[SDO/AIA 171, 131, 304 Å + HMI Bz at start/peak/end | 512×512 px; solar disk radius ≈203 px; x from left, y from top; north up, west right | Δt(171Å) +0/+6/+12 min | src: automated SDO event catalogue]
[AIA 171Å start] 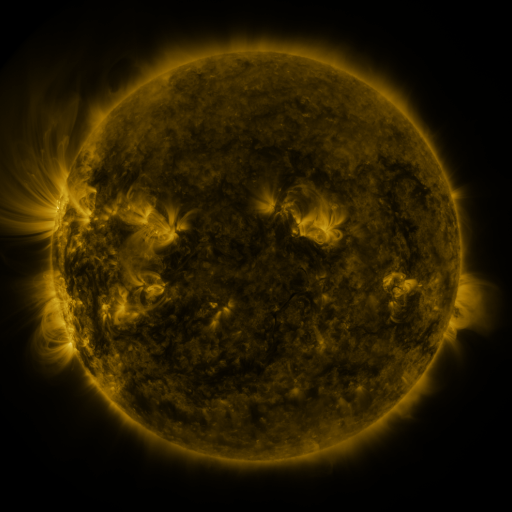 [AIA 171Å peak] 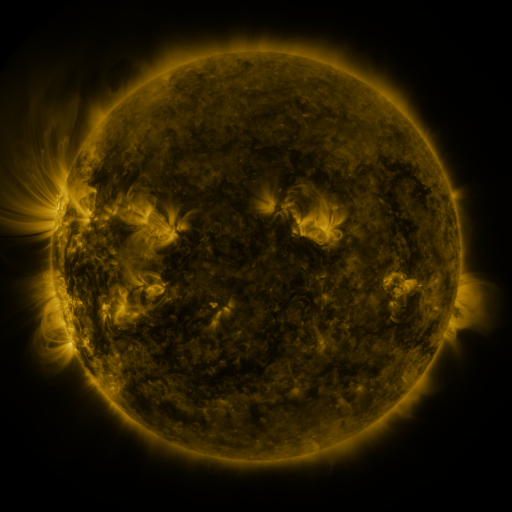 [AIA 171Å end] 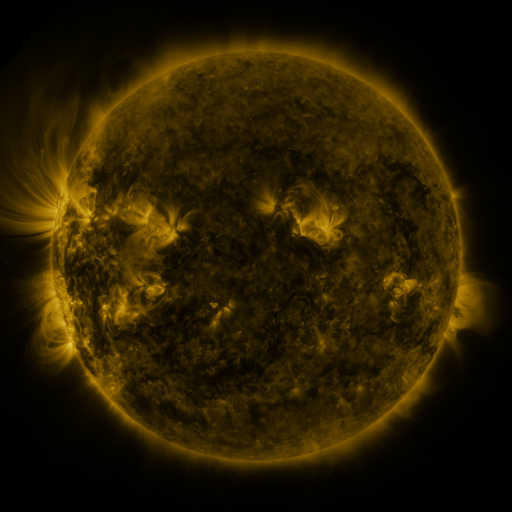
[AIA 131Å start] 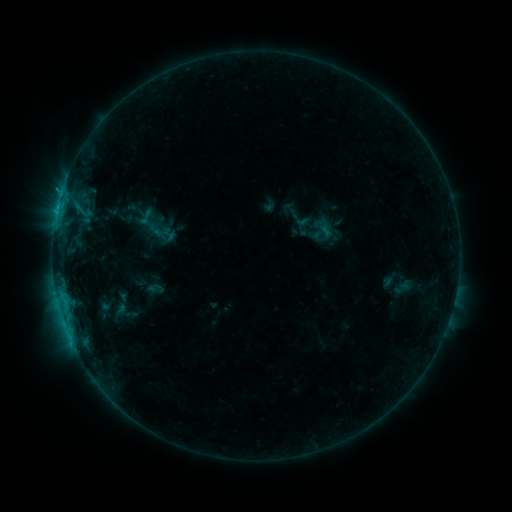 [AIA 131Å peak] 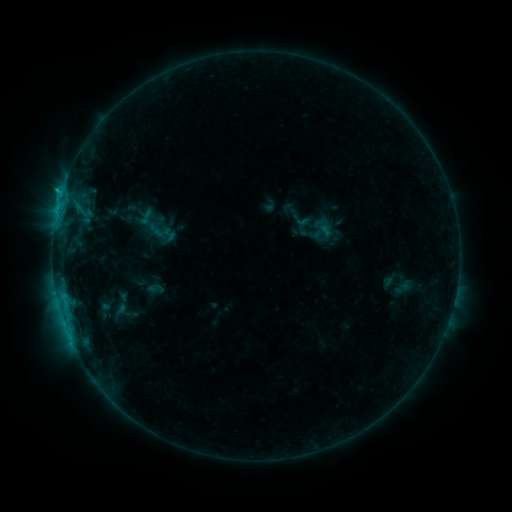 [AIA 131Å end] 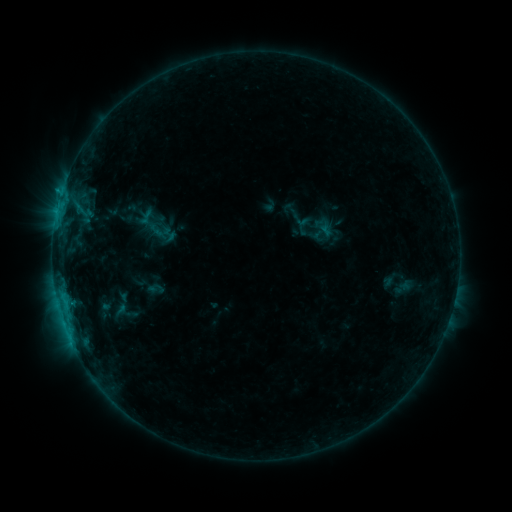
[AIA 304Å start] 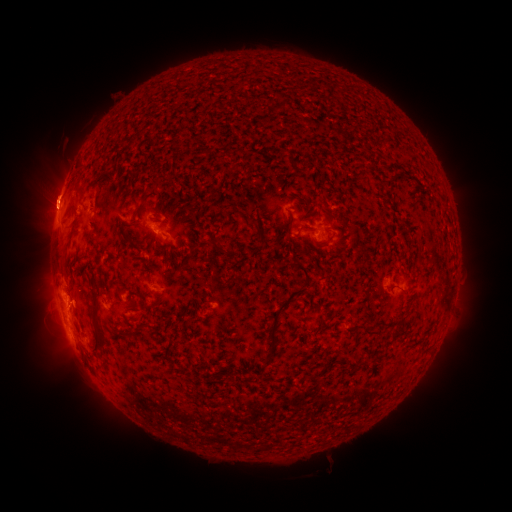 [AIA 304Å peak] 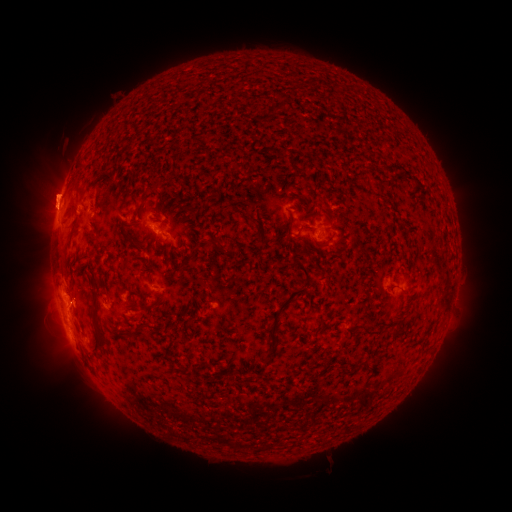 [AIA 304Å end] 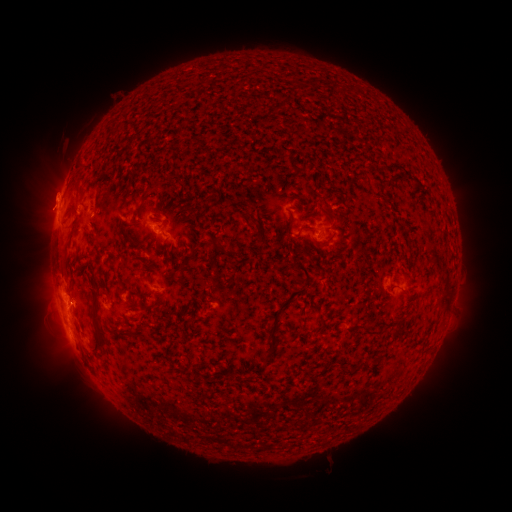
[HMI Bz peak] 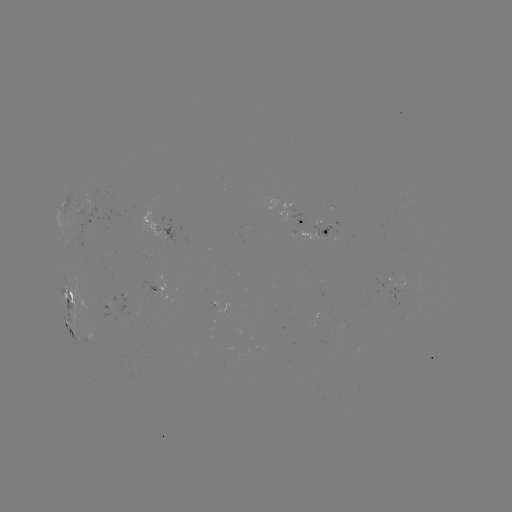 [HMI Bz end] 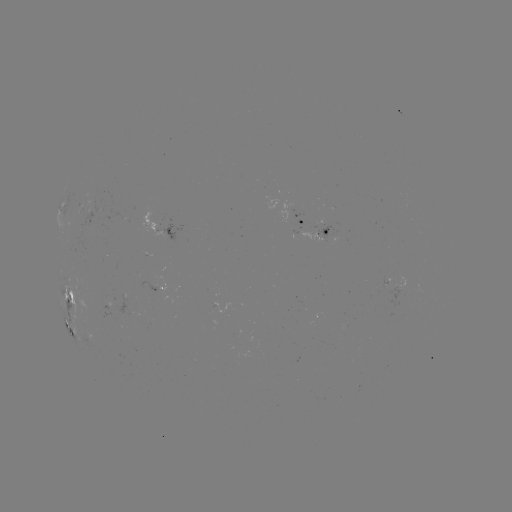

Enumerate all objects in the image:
C1.0 flare: (62, 193)
